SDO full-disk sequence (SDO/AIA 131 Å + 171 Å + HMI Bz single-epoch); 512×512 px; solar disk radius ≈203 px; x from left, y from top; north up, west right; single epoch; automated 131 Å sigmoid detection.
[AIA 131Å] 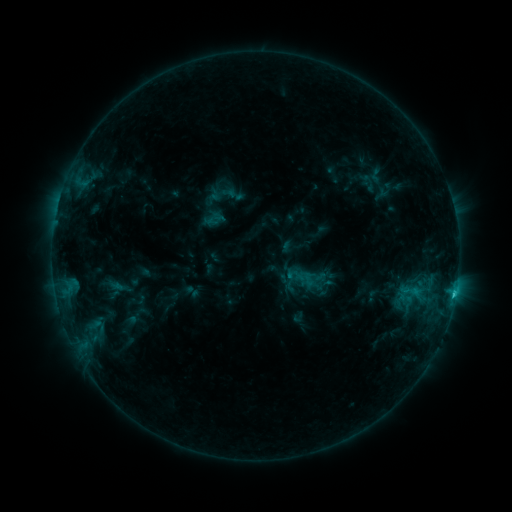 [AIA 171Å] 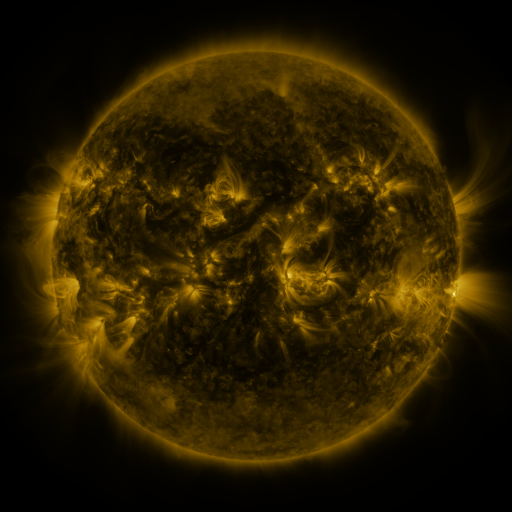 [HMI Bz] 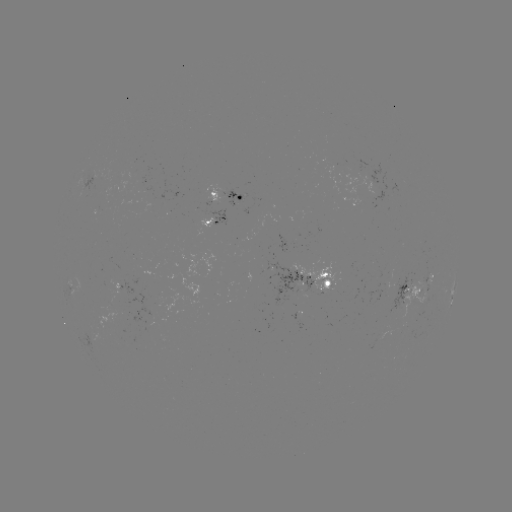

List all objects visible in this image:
sigmoid: (210, 181, 237, 208)
sigmoid: (226, 185, 245, 204)
